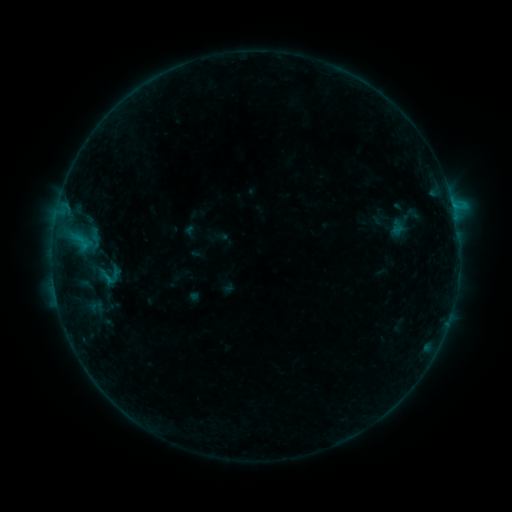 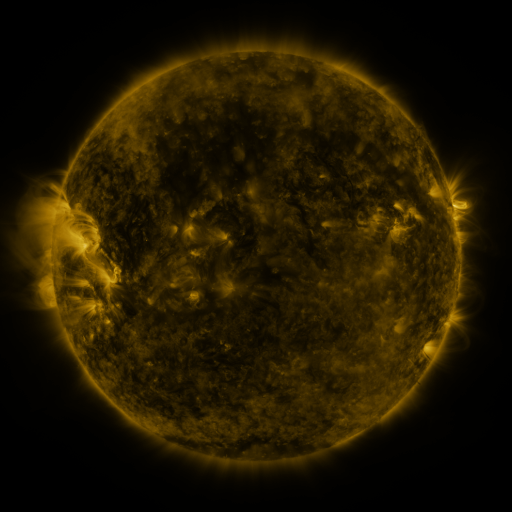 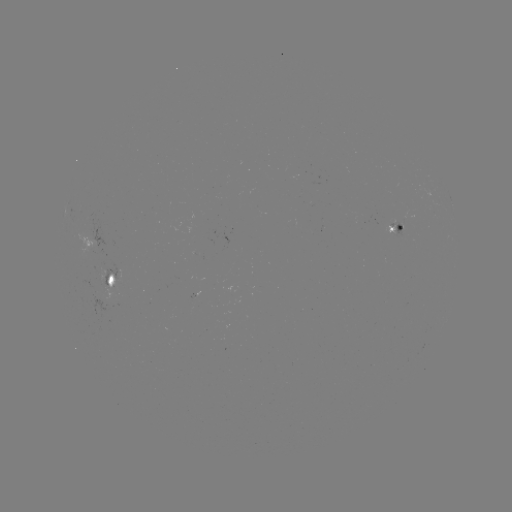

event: sigmoid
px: (107, 274)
